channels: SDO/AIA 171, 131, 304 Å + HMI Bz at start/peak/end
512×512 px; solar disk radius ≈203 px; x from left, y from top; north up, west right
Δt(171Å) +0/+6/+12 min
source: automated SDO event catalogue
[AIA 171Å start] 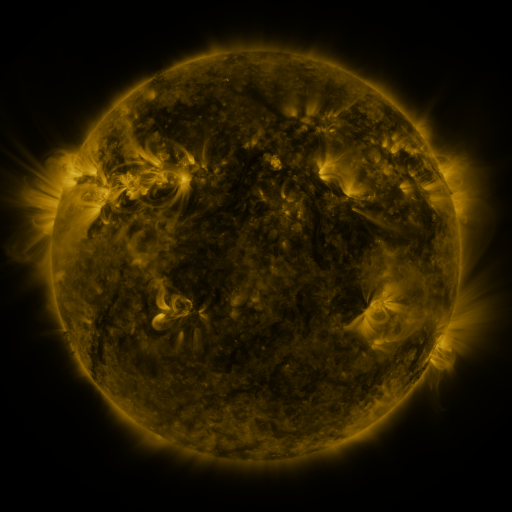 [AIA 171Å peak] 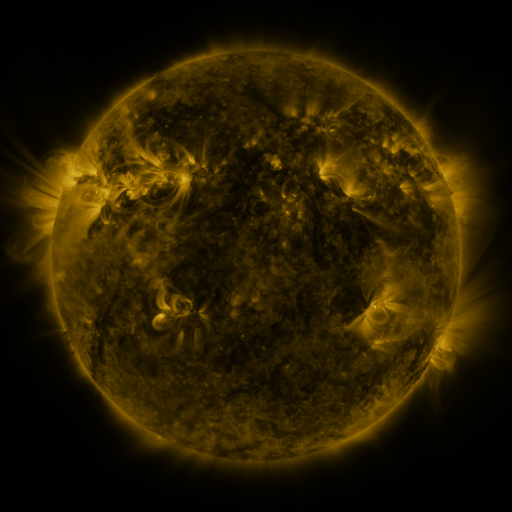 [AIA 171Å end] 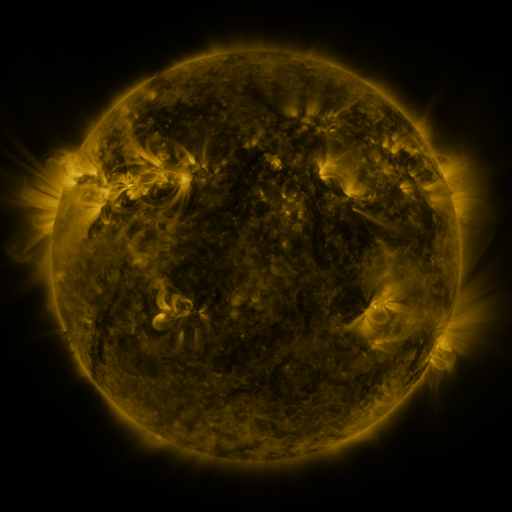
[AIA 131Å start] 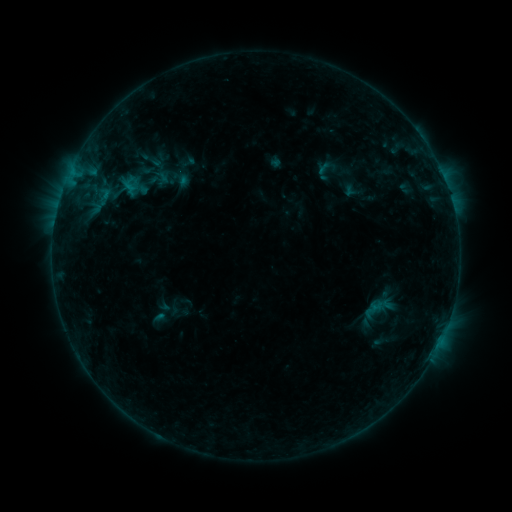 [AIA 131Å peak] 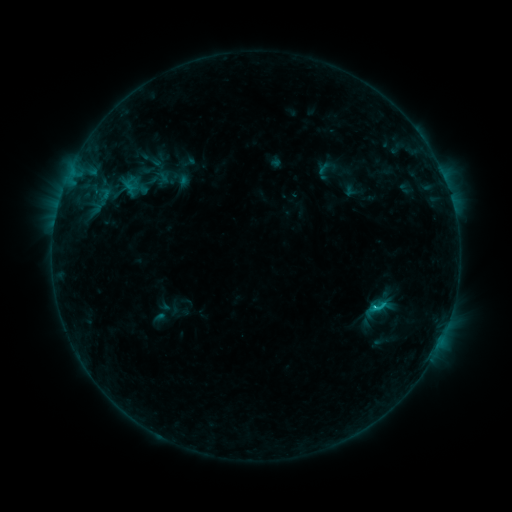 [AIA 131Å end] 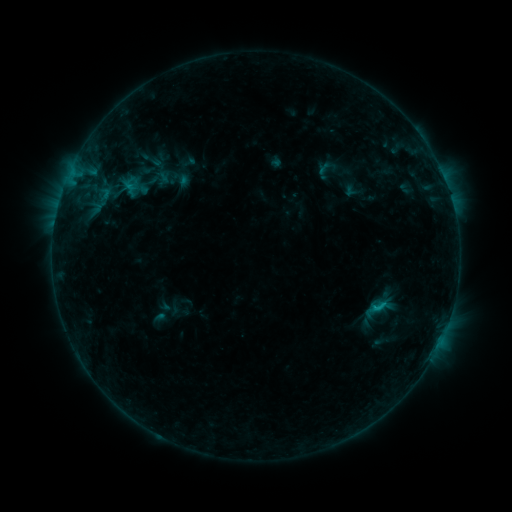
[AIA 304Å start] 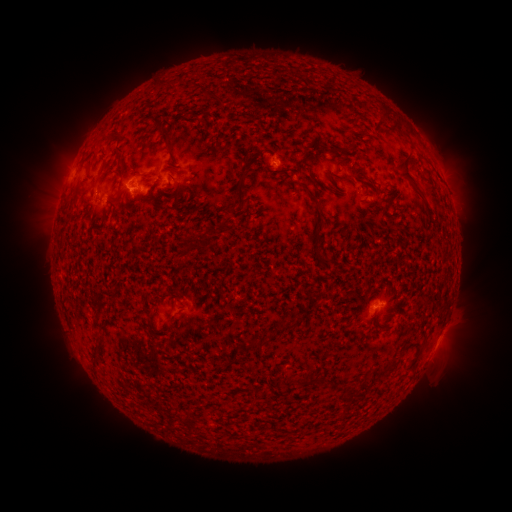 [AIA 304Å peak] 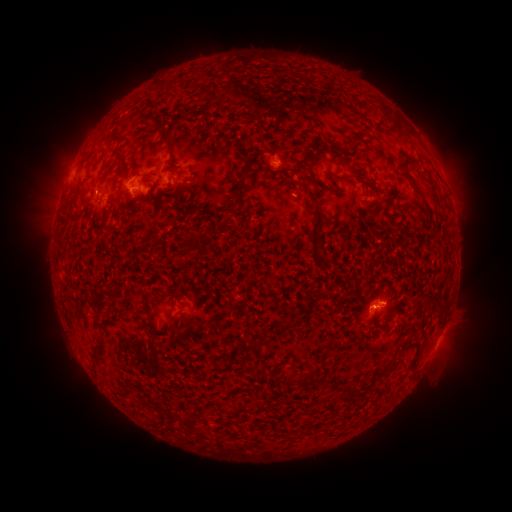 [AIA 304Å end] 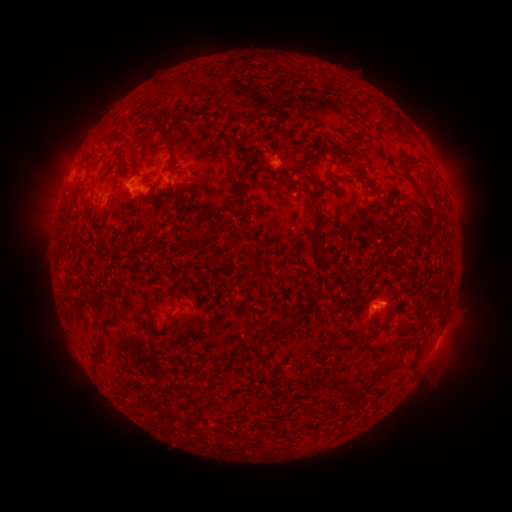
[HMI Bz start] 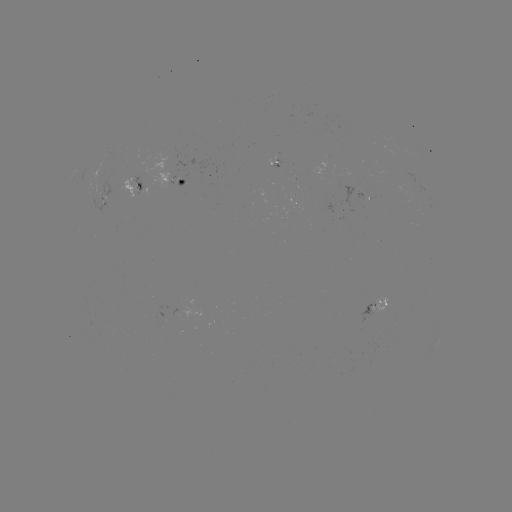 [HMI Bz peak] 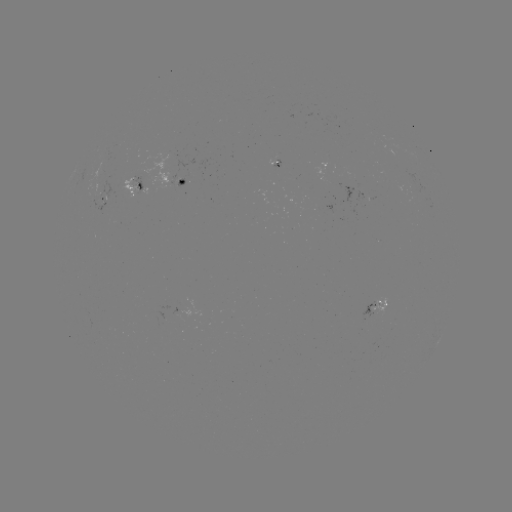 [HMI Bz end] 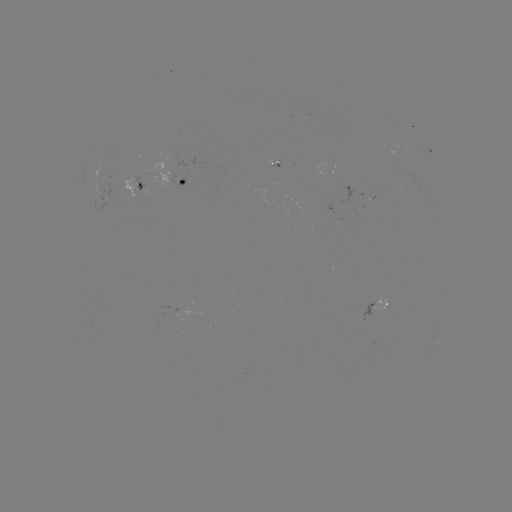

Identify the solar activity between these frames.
B9.2 flare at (373, 304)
